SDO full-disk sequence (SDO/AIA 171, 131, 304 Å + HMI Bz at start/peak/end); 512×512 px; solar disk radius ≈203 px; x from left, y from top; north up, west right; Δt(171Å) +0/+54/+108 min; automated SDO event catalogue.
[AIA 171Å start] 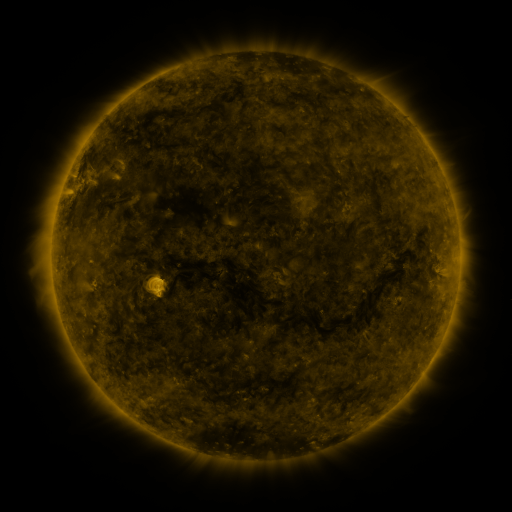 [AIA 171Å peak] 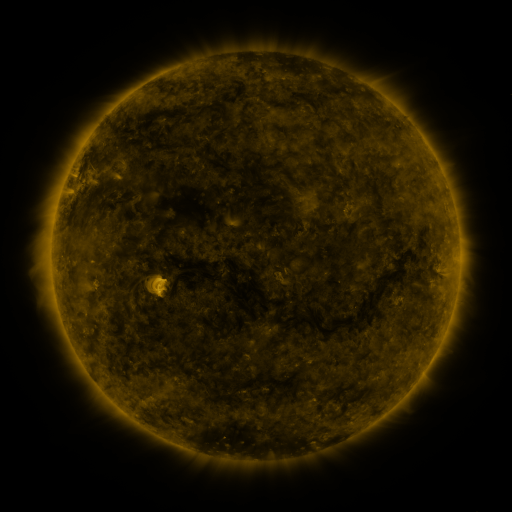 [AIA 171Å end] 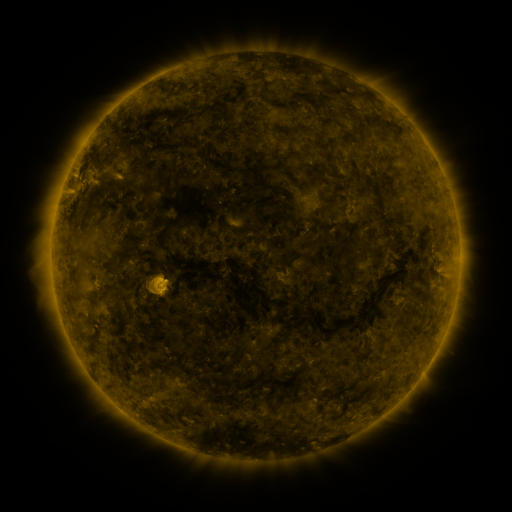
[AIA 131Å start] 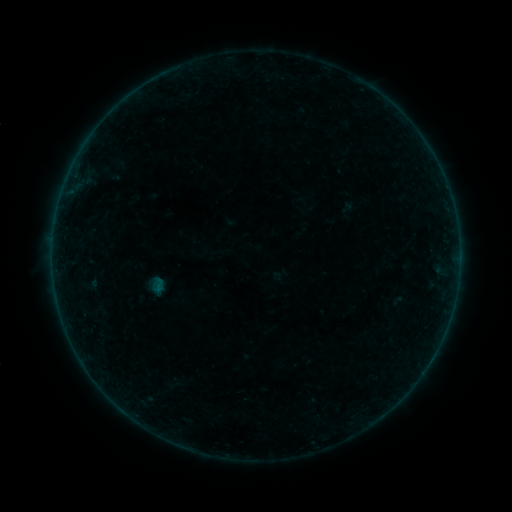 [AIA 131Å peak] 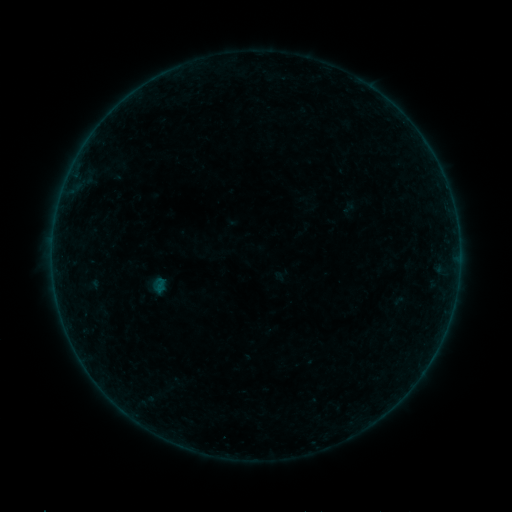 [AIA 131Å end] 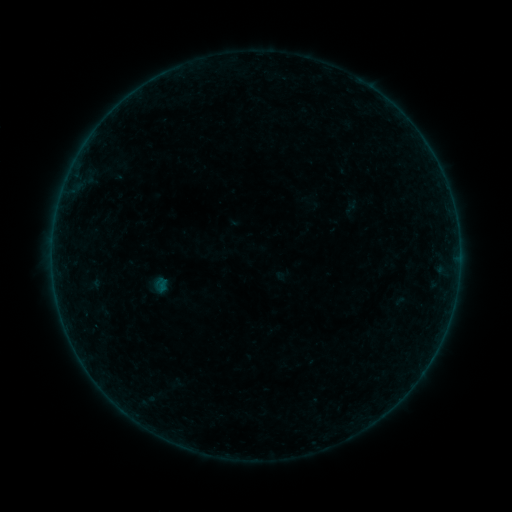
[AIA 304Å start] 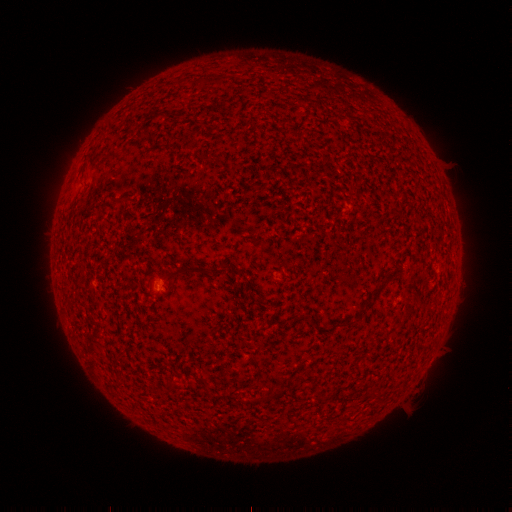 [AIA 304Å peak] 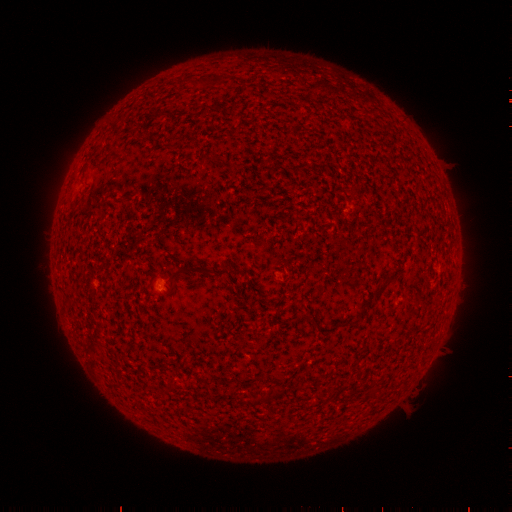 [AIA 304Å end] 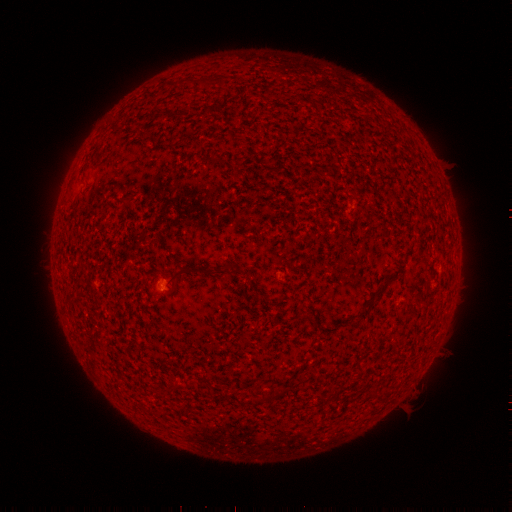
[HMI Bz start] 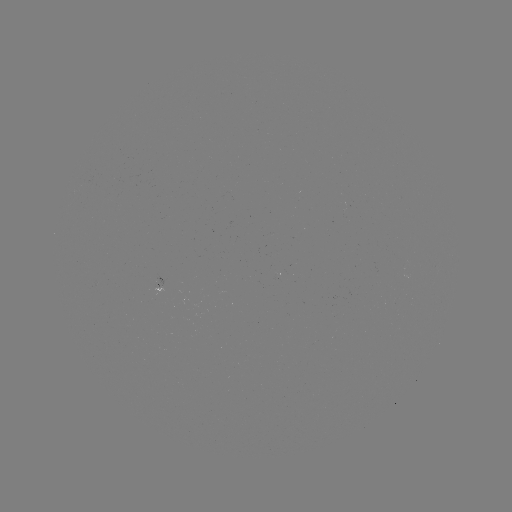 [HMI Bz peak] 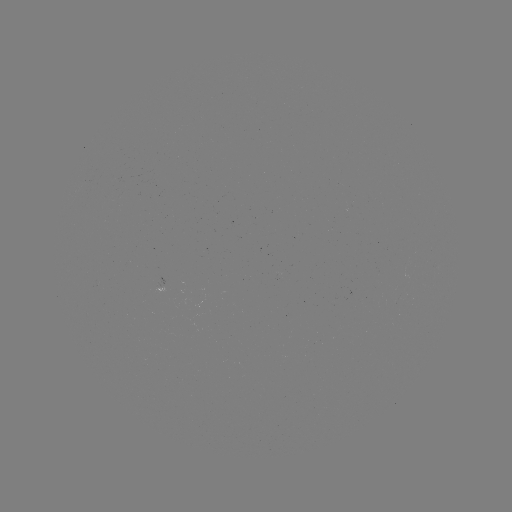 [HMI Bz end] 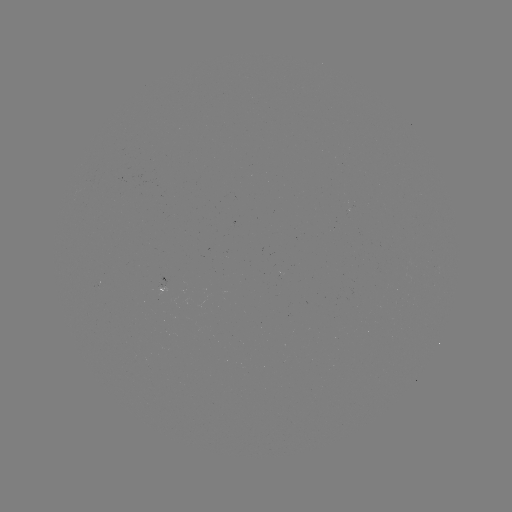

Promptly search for filament eruption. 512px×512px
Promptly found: [469, 213].